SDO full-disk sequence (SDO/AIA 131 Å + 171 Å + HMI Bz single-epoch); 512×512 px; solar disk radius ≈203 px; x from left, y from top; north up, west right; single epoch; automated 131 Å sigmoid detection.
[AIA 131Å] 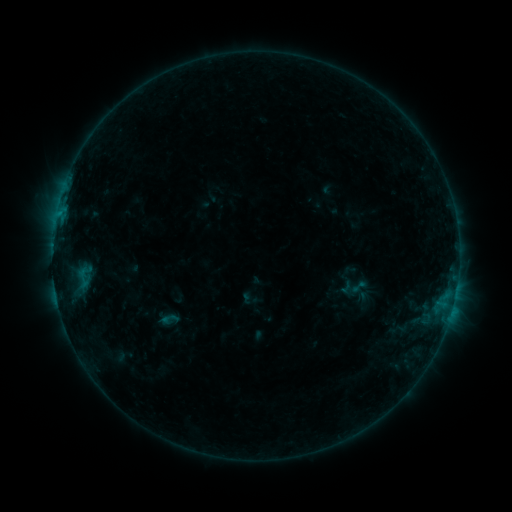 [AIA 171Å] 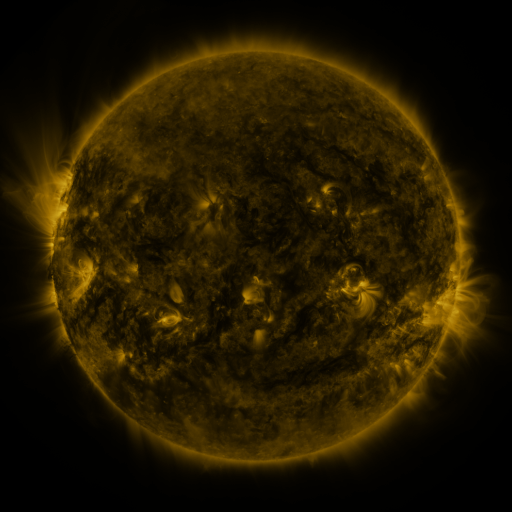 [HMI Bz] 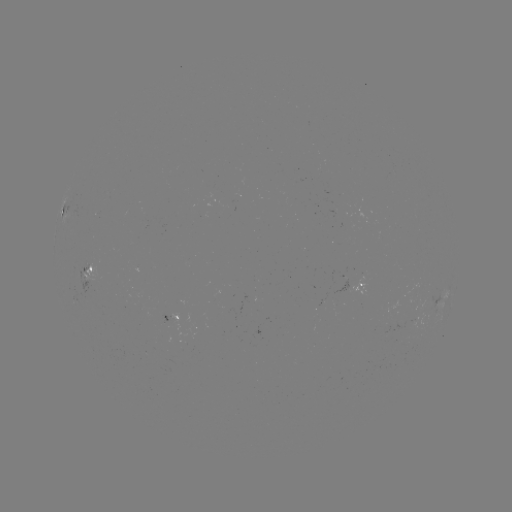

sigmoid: [349, 277, 367, 296]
